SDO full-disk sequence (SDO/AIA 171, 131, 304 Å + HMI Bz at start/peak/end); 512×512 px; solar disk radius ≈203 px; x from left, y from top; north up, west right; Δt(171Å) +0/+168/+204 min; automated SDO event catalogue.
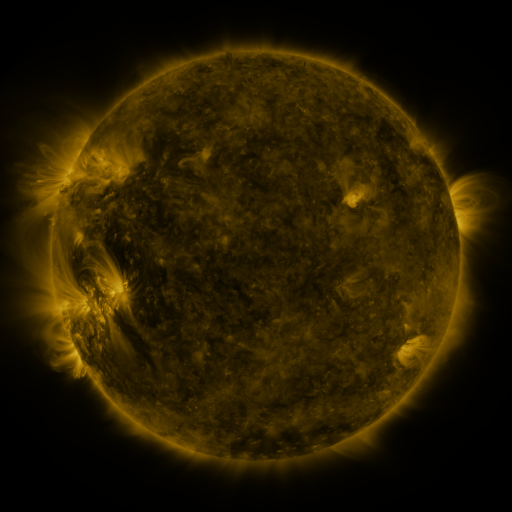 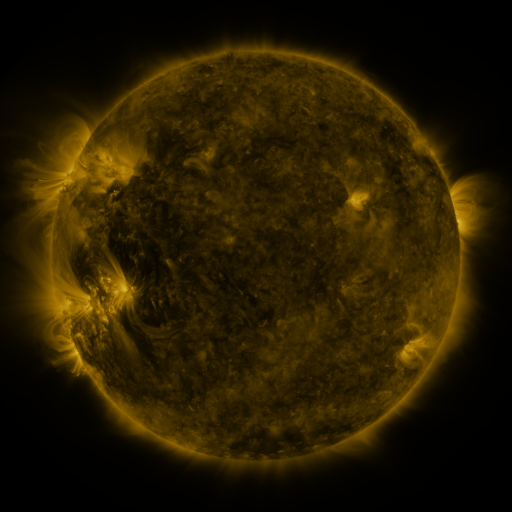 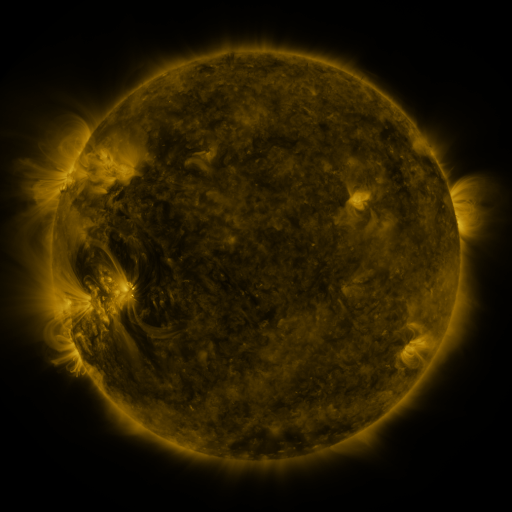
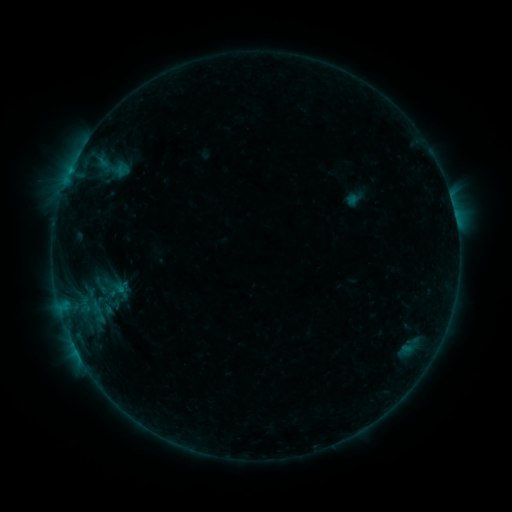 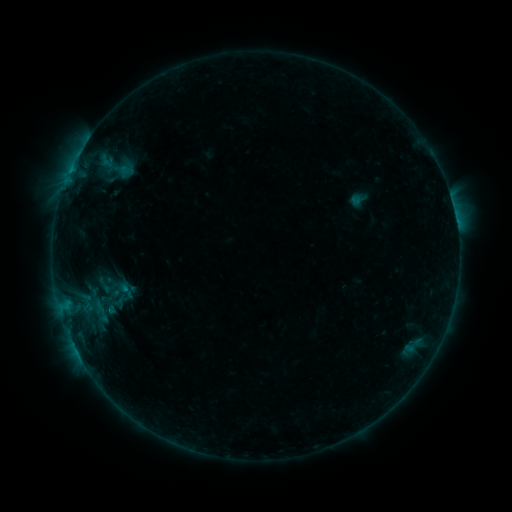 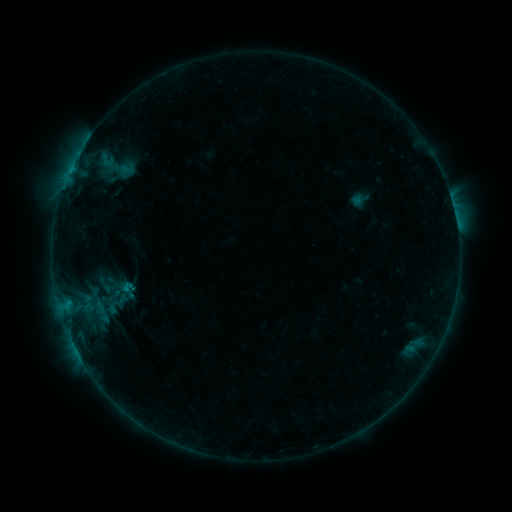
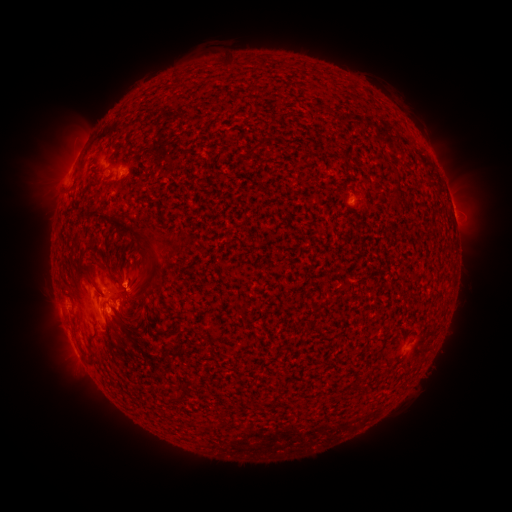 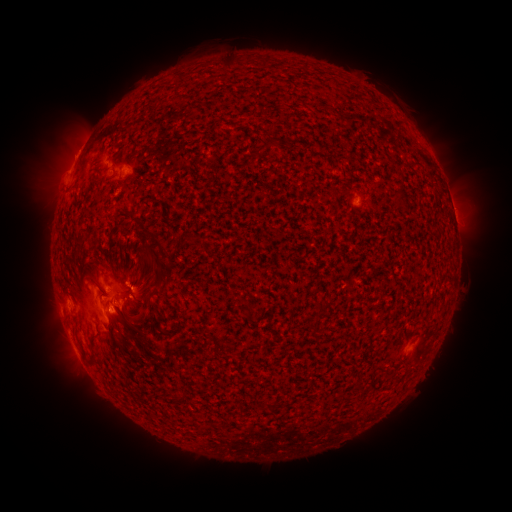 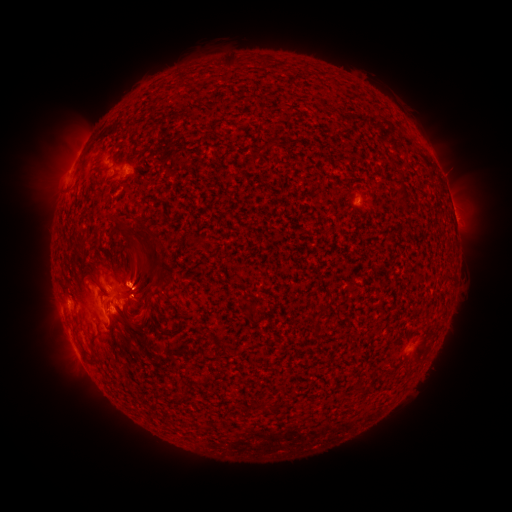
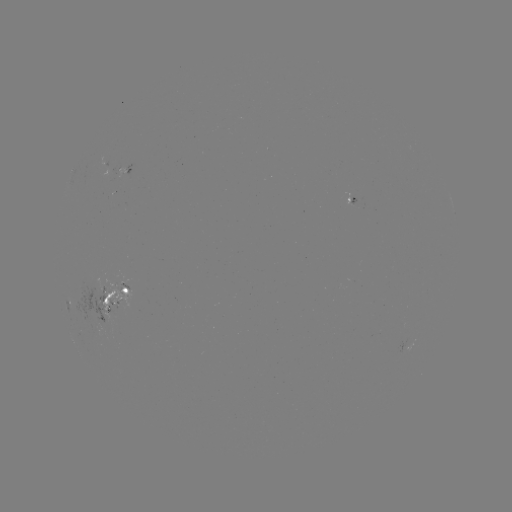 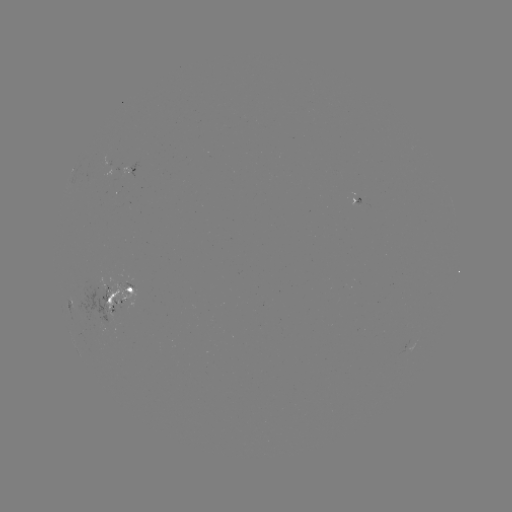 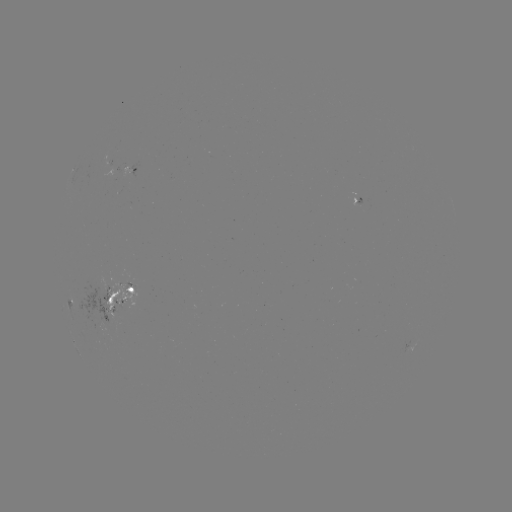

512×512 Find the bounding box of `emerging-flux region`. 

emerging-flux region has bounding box [100, 290, 123, 311].